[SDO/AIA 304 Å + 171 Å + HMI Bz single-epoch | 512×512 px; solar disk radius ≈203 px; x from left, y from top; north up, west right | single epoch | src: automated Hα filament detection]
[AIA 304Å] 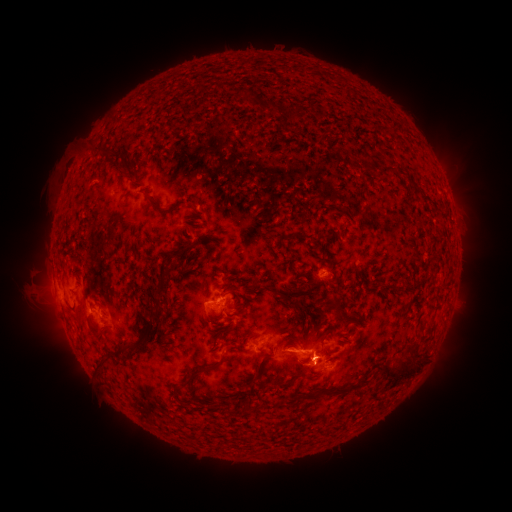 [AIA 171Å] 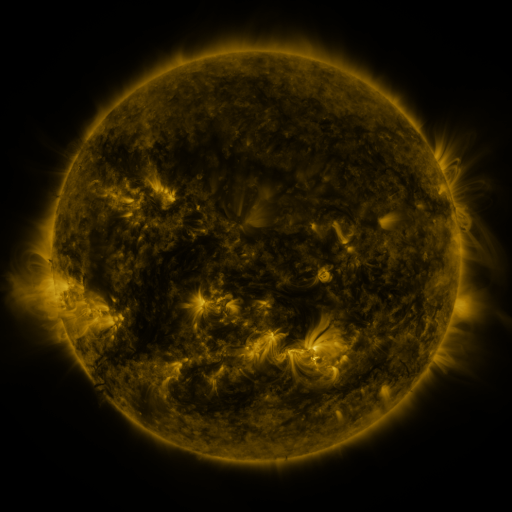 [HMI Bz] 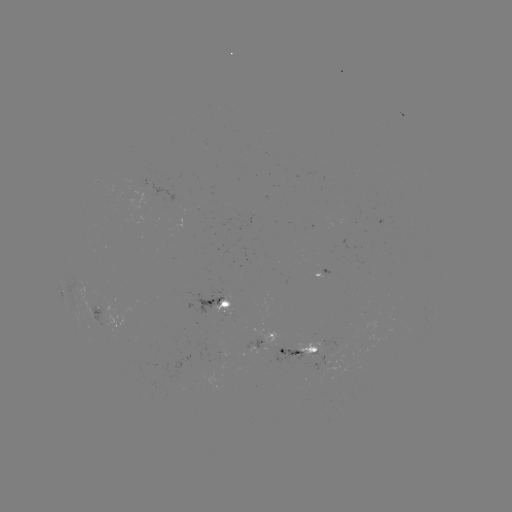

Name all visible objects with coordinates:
filament: (244, 94)
filament: (292, 113)
filament: (103, 153)
filament: (384, 168)
filament: (398, 170)
filament: (417, 193)
filament: (155, 206)
filament: (165, 272)
filament: (257, 289)
filament: (337, 306)
filament: (156, 307)
filament: (146, 308)
filament: (356, 314)
filament: (316, 328)
filament: (94, 332)
filament: (253, 336)
filament: (131, 348)
filament: (102, 367)
filament: (261, 368)
filament: (400, 370)
filament: (195, 375)
filament: (282, 384)
filament: (348, 389)
filament: (250, 409)
